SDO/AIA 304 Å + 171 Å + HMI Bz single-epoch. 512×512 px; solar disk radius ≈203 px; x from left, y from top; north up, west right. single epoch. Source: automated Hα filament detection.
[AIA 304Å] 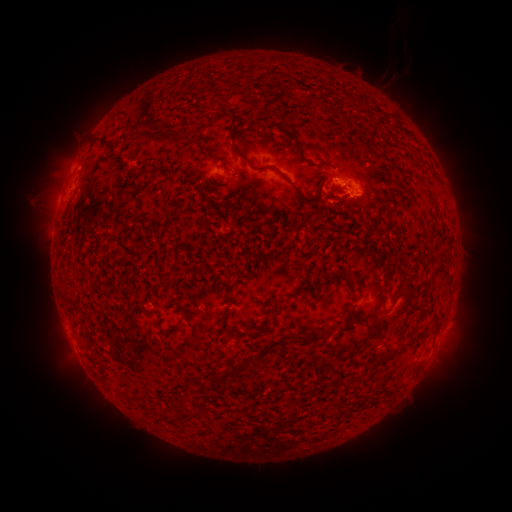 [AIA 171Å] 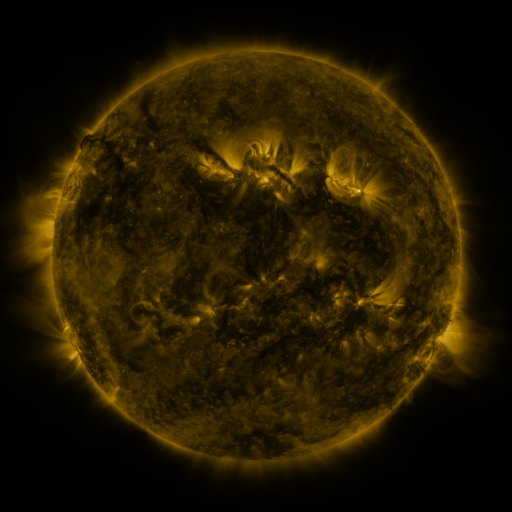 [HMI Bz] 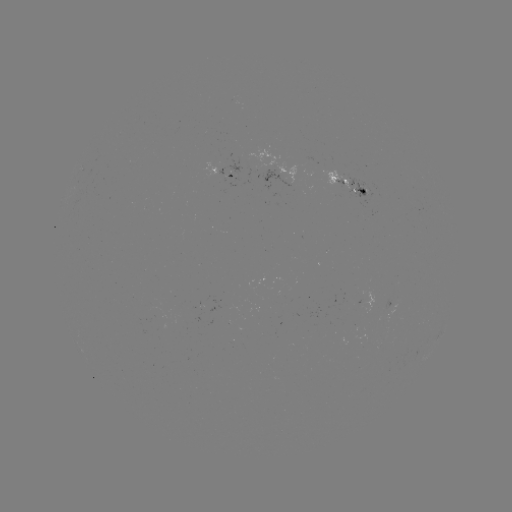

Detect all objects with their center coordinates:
filament: [345, 92, 355, 103]
filament: [330, 106, 342, 120]
filament: [230, 125, 321, 206]
filament: [142, 128, 184, 145]
filament: [91, 136, 109, 149]
filament: [293, 137, 301, 155]
filament: [372, 153, 389, 163]
filament: [337, 159, 355, 175]
filament: [318, 160, 331, 167]
filament: [327, 193, 342, 202]
filament: [351, 247, 361, 253]
filament: [344, 269, 354, 288]
filament: [404, 288, 415, 301]
filament: [283, 290, 298, 298]
filament: [61, 291, 71, 298]
filament: [171, 322, 183, 330]
filament: [289, 325, 344, 343]
filament: [373, 351, 394, 367]
filament: [233, 361, 246, 375]
filament: [214, 367, 228, 380]
filament: [161, 407, 204, 421]
